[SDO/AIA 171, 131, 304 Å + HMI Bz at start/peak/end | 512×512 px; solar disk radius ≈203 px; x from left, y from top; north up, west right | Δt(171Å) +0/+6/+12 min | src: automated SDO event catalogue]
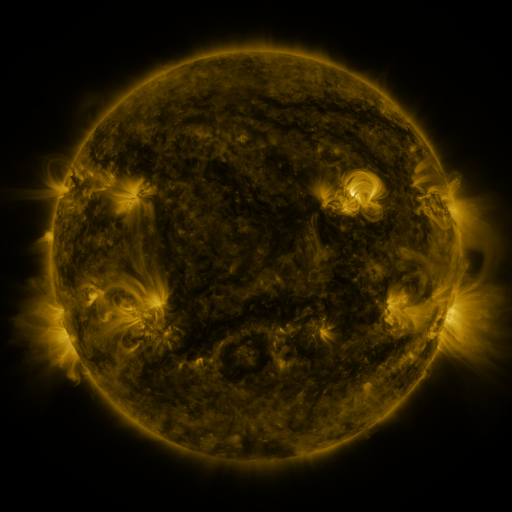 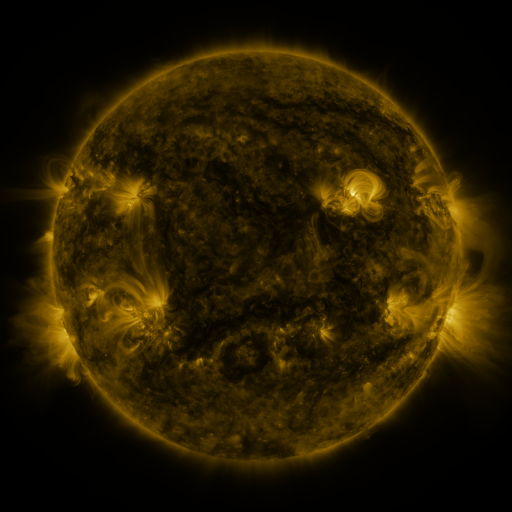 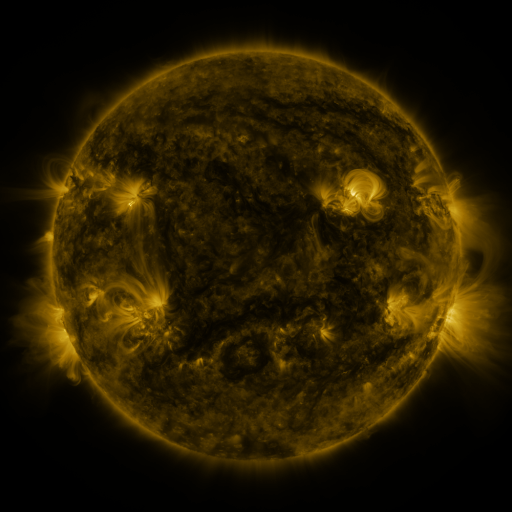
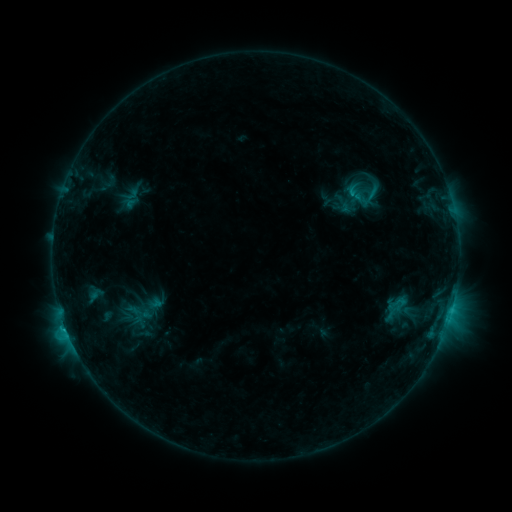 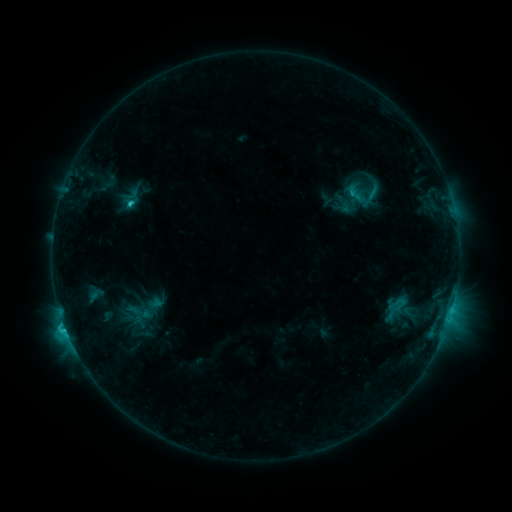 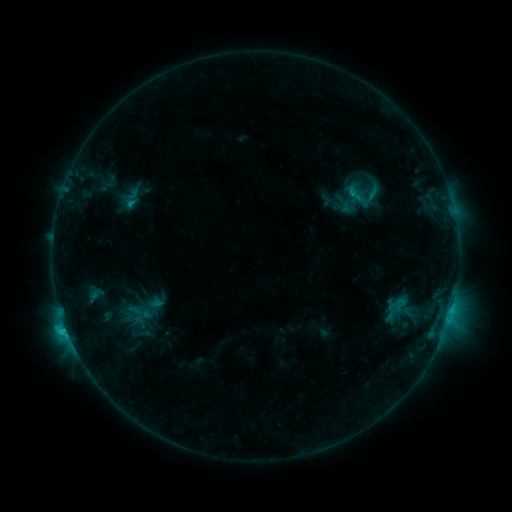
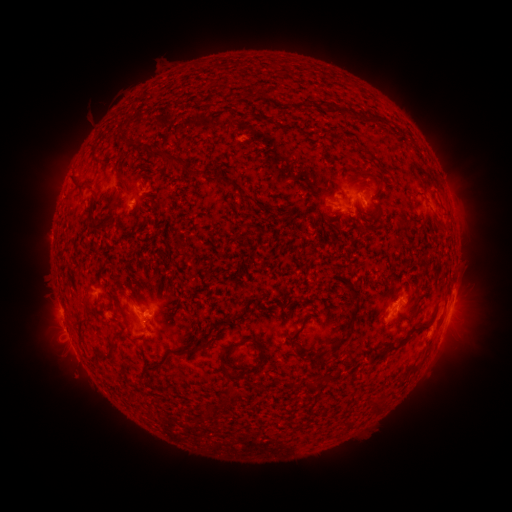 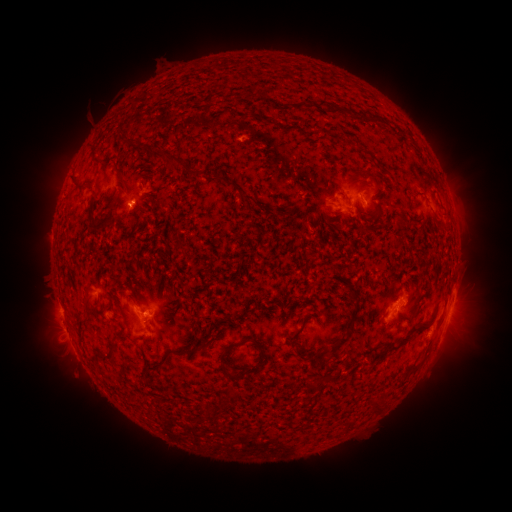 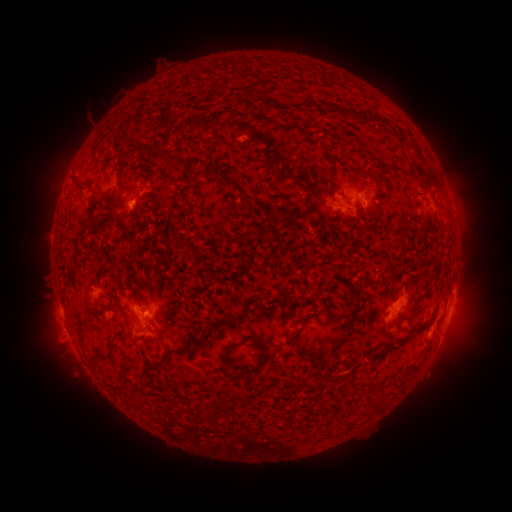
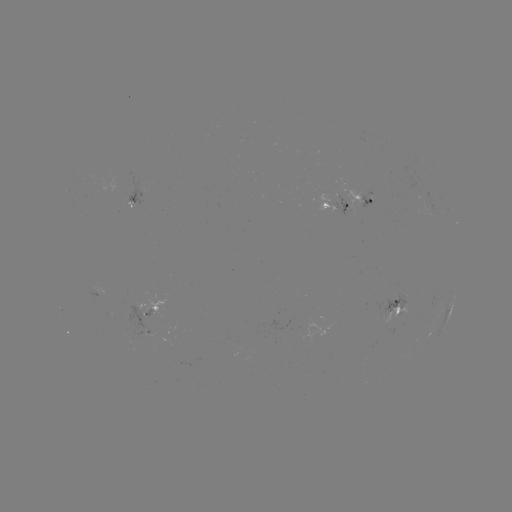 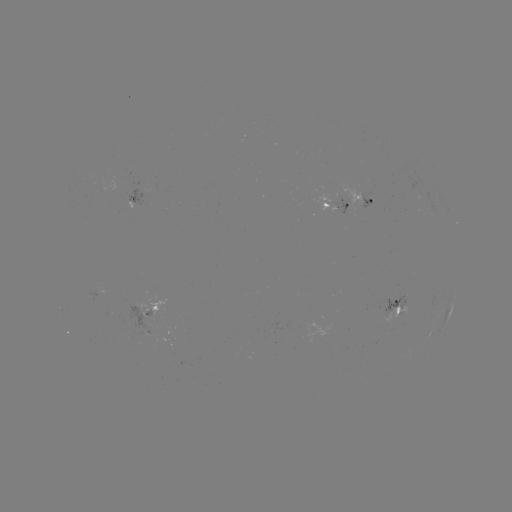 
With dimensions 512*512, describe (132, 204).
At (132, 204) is C2.0 flare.